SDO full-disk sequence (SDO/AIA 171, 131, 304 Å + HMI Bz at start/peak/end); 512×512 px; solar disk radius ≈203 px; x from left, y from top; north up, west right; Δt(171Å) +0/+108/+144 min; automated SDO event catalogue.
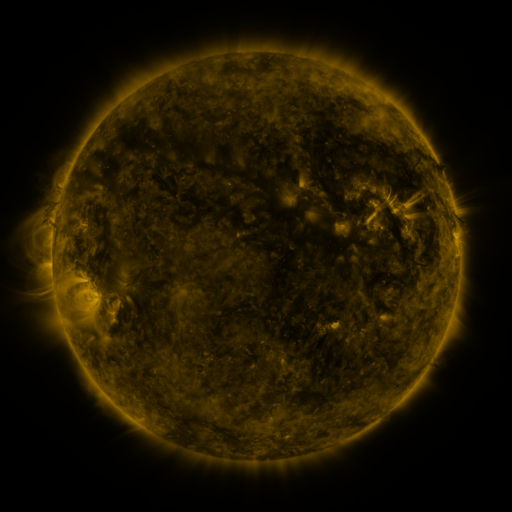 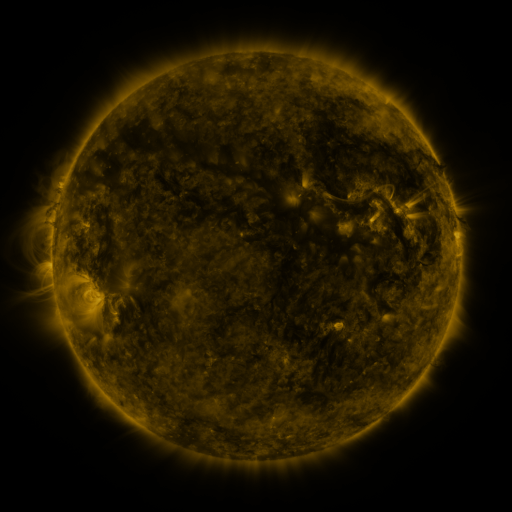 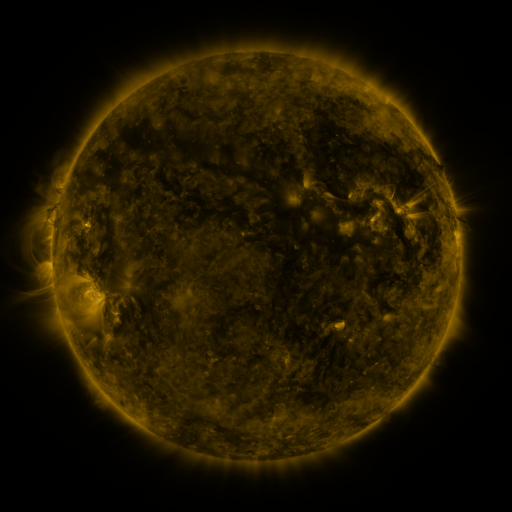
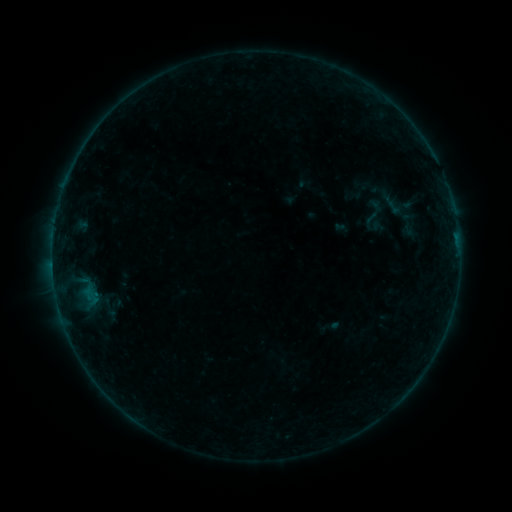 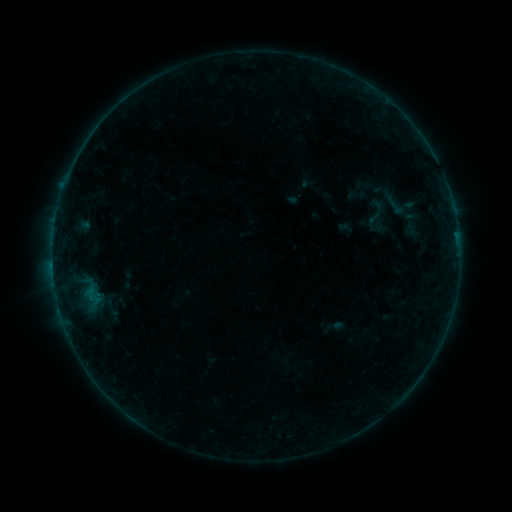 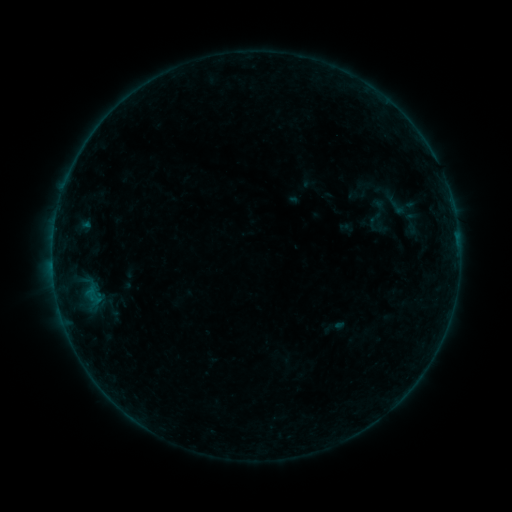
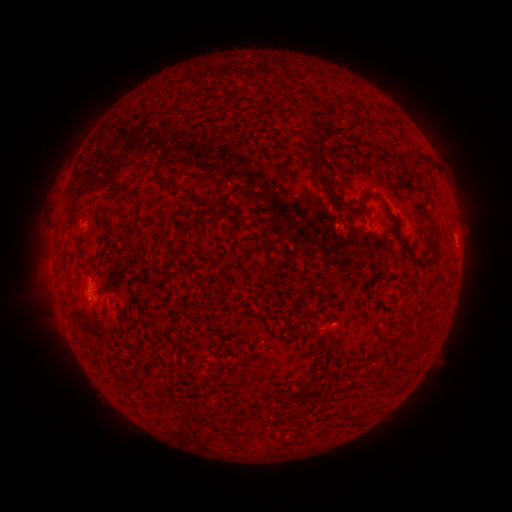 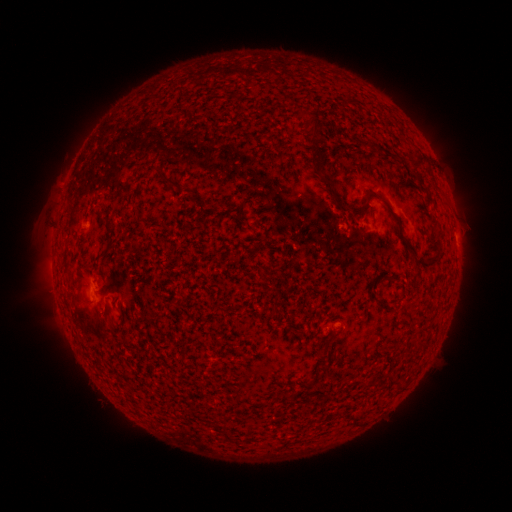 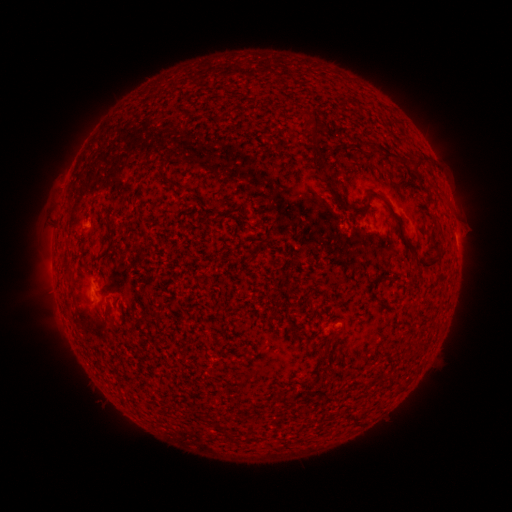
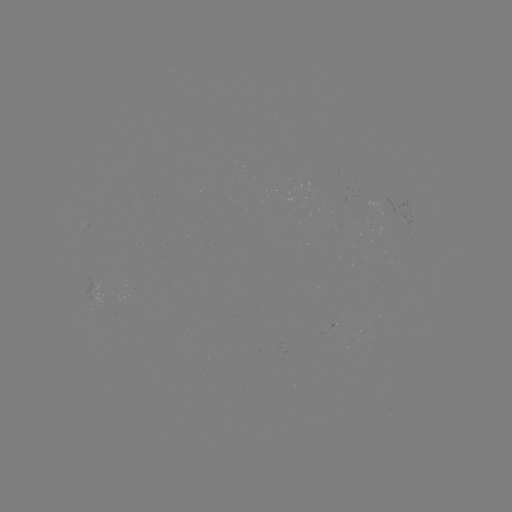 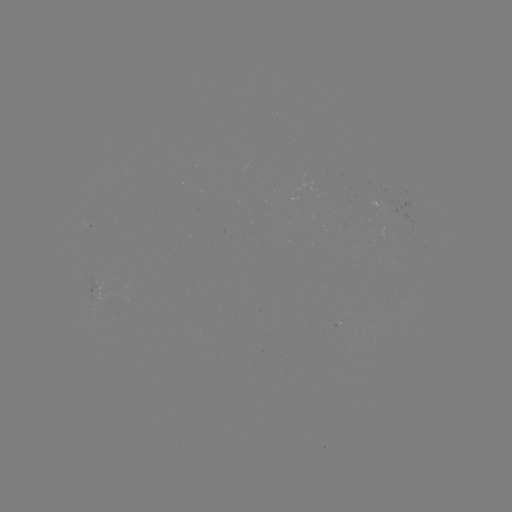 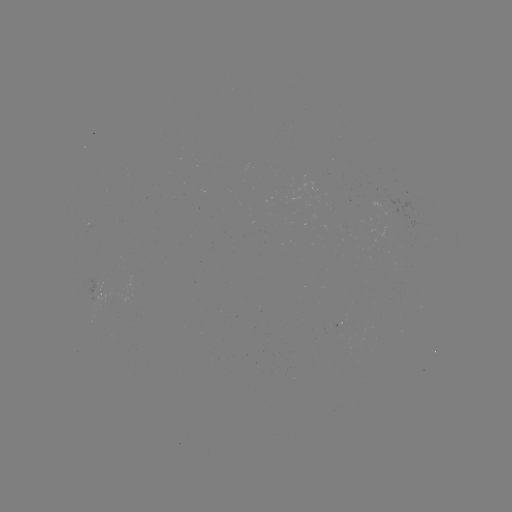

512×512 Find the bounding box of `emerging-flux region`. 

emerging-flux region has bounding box [87, 282, 114, 308].